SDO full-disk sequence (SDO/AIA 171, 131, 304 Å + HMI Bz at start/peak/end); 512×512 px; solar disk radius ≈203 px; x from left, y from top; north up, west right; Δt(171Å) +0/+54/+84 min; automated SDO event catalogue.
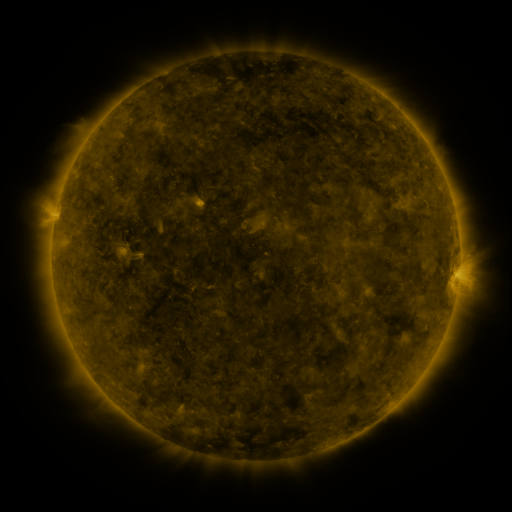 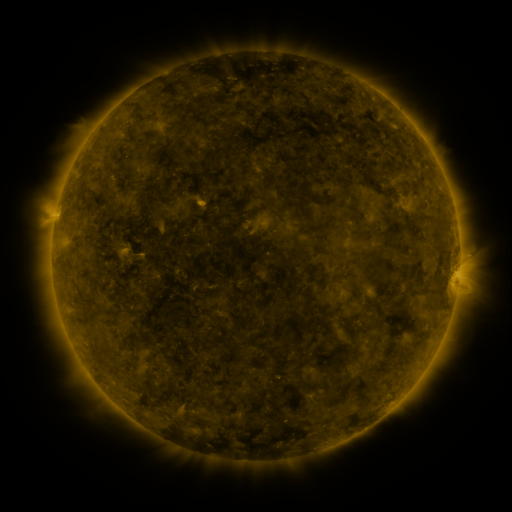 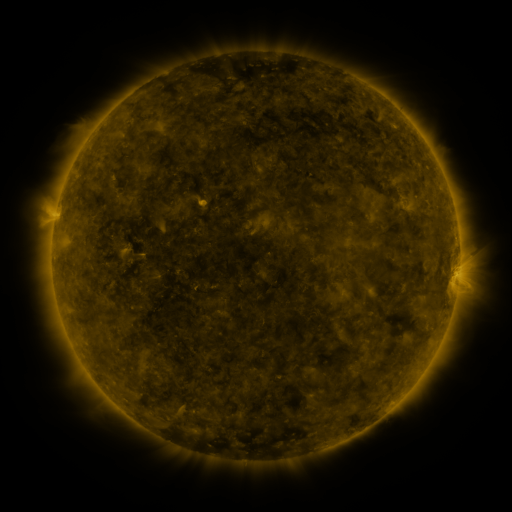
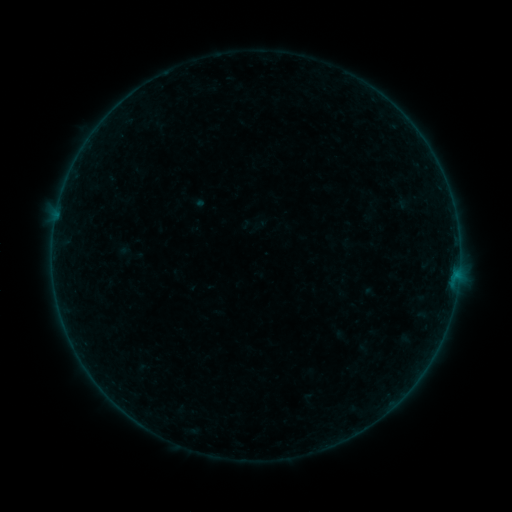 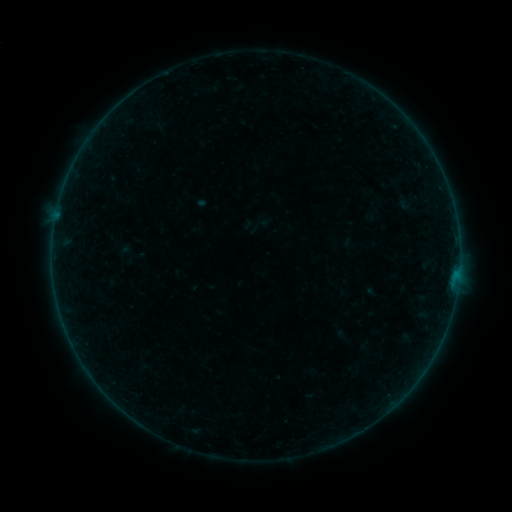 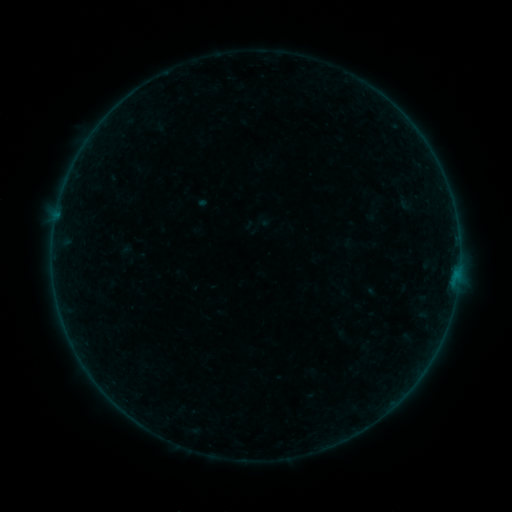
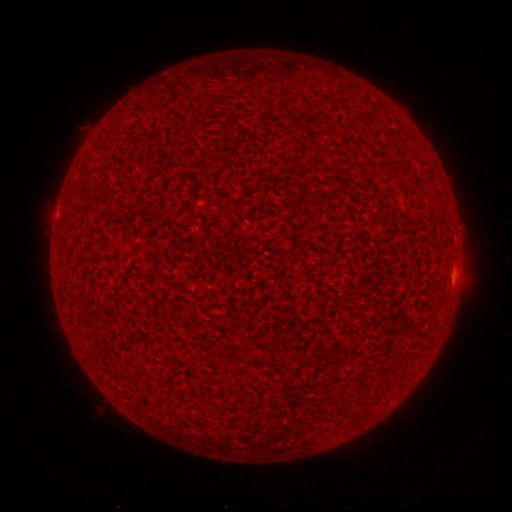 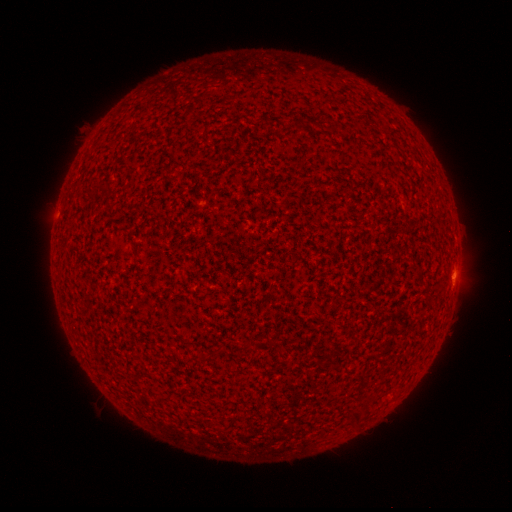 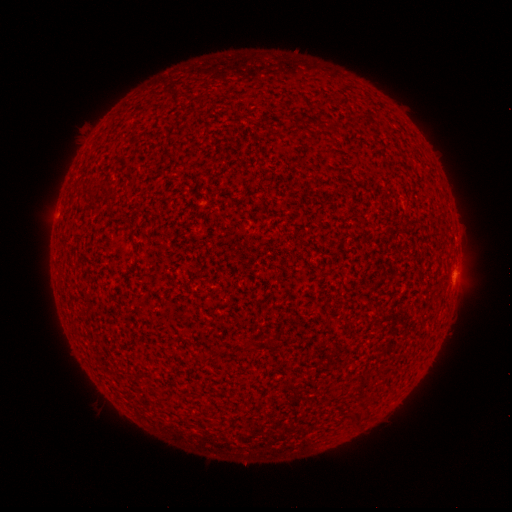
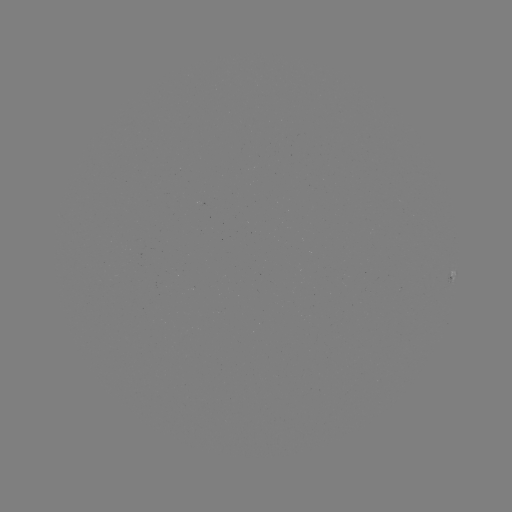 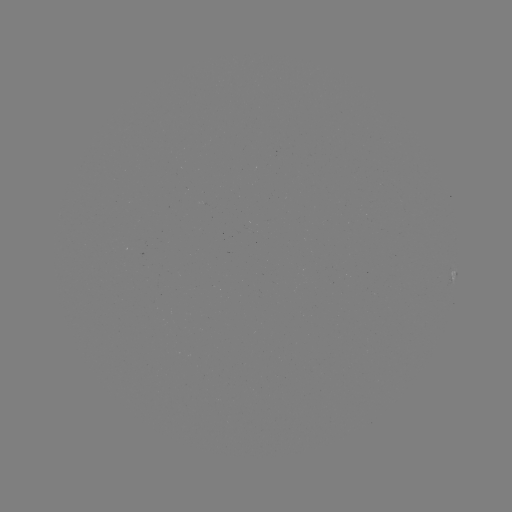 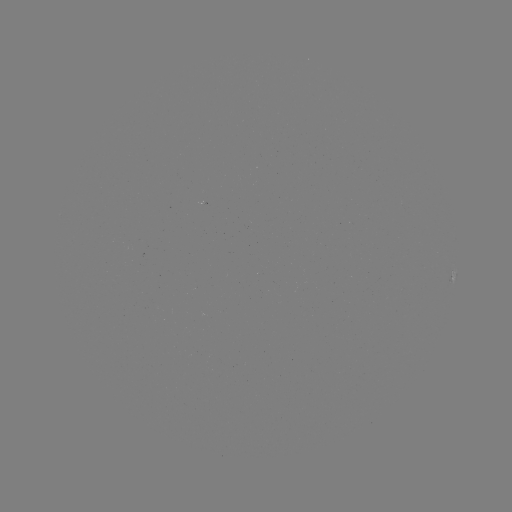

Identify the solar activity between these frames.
A8.2 flare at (455, 273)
